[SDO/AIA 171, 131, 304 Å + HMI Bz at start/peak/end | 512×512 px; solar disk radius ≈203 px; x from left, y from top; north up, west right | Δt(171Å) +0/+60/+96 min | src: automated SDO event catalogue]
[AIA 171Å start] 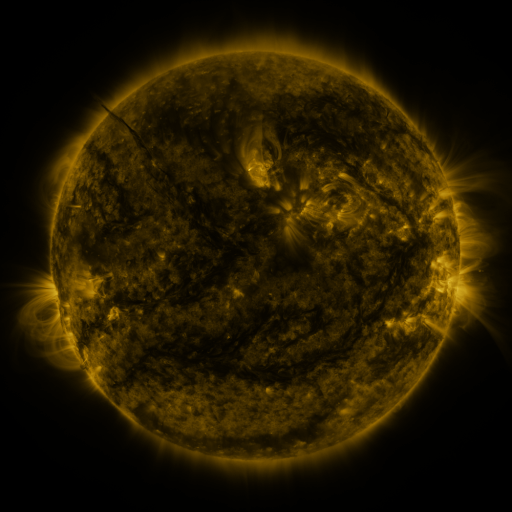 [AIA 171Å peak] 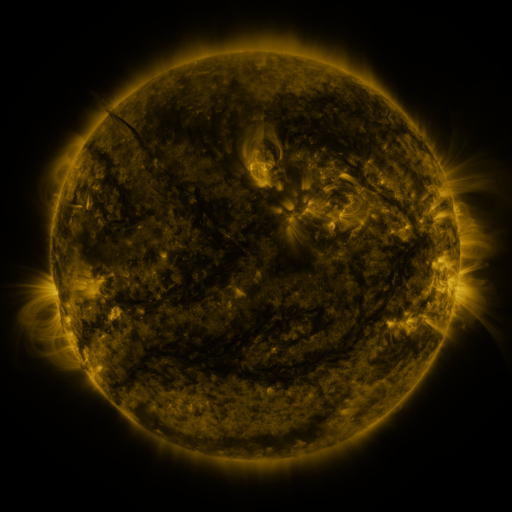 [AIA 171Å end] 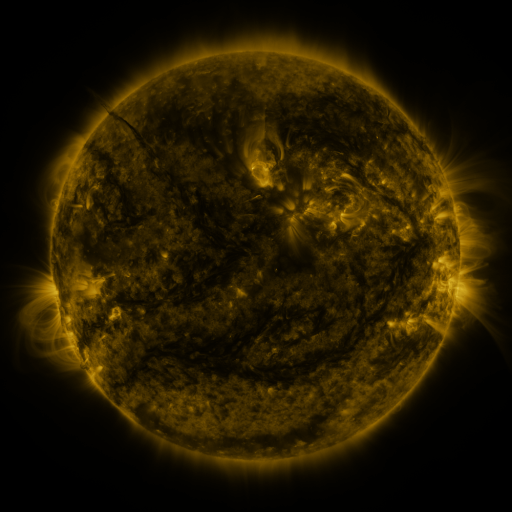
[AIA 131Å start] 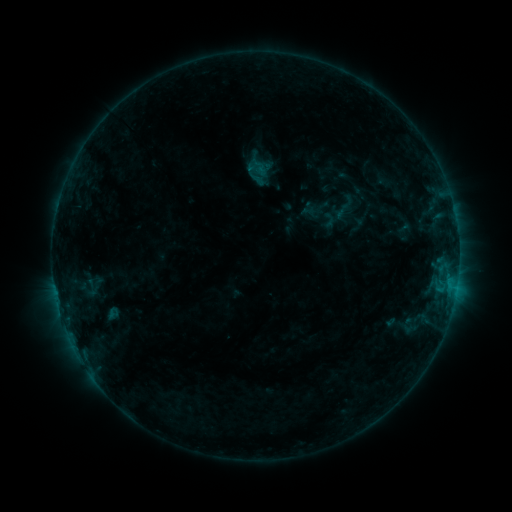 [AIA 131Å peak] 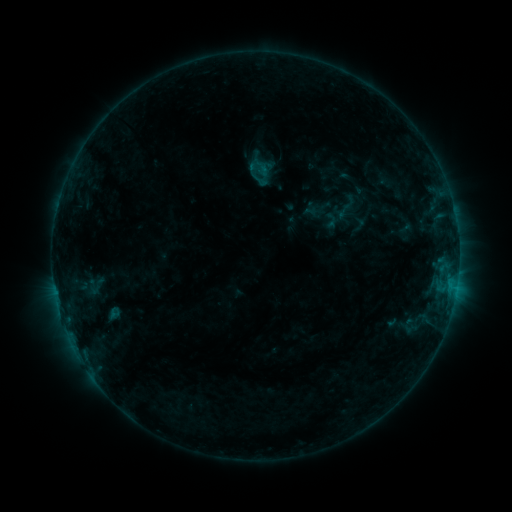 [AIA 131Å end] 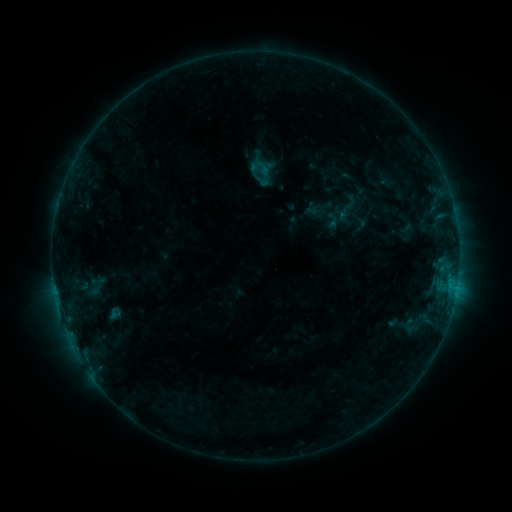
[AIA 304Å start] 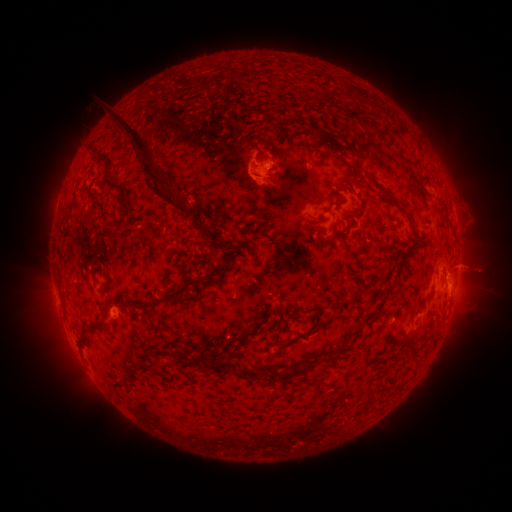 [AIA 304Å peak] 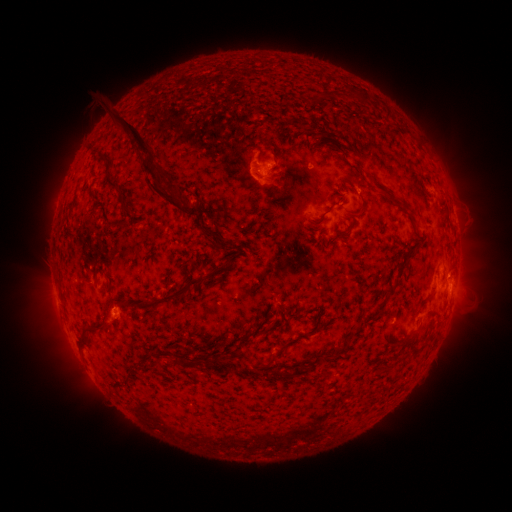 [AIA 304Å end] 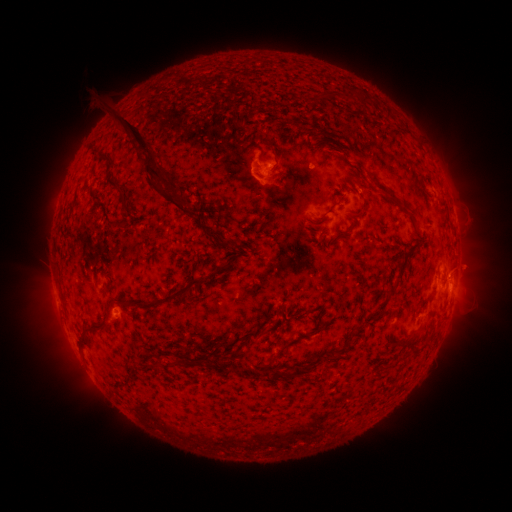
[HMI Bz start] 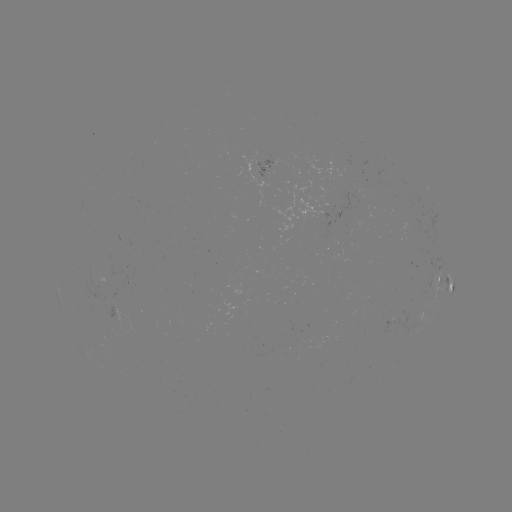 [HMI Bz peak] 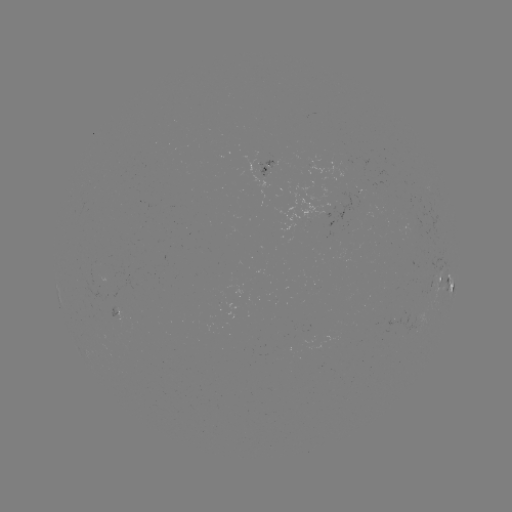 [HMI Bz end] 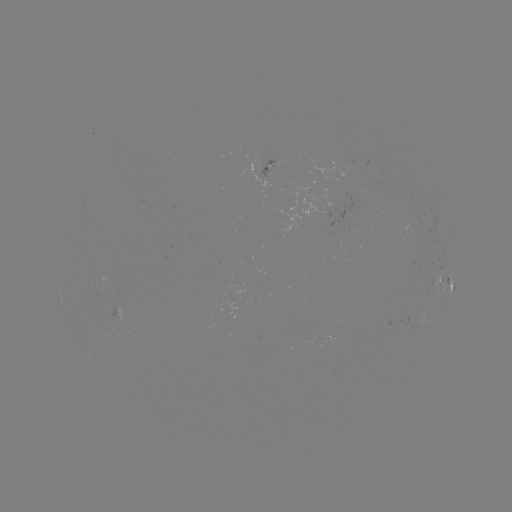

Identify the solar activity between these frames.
emerging-flux region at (273, 163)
